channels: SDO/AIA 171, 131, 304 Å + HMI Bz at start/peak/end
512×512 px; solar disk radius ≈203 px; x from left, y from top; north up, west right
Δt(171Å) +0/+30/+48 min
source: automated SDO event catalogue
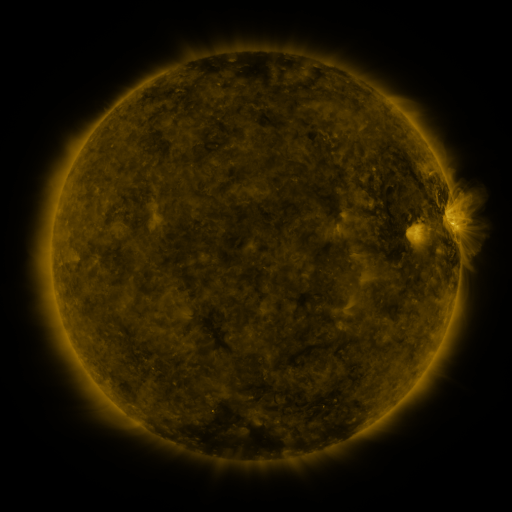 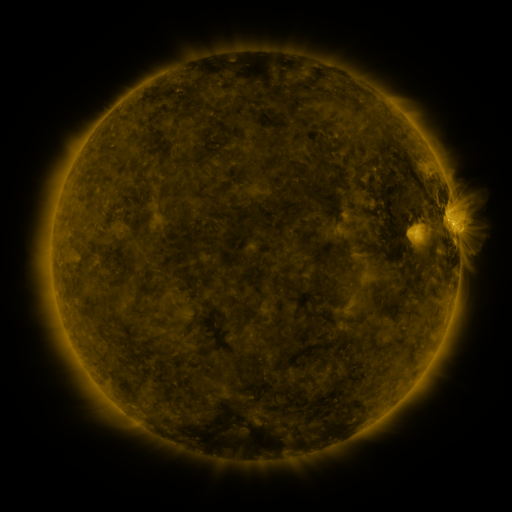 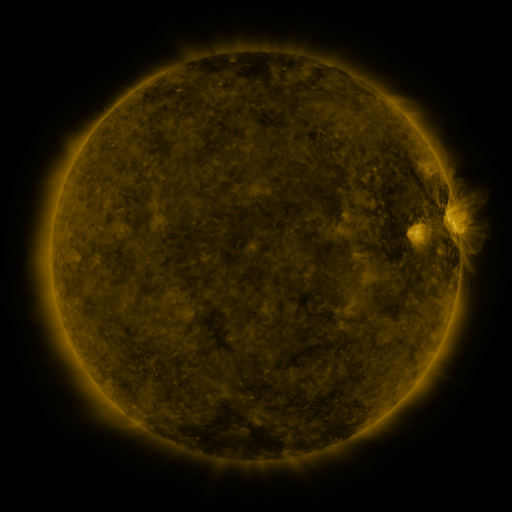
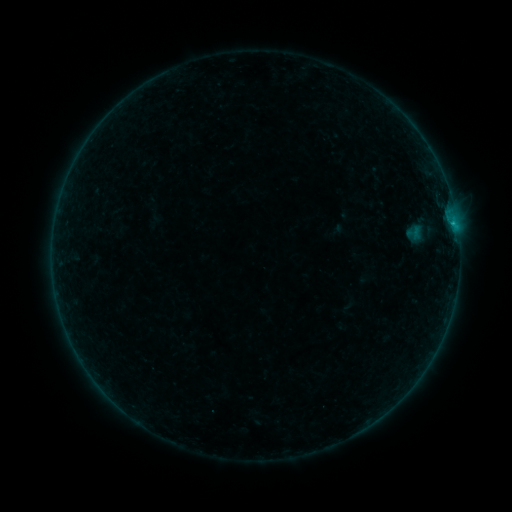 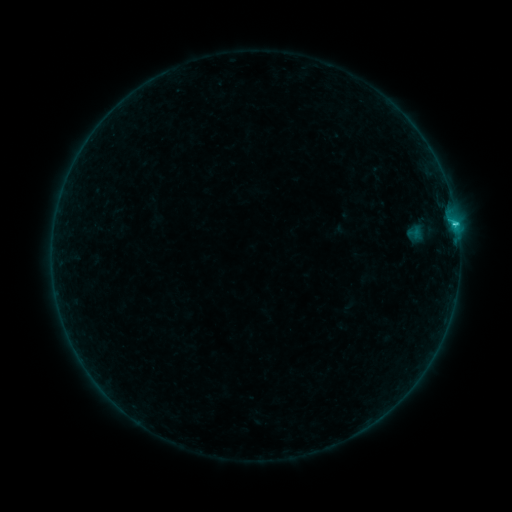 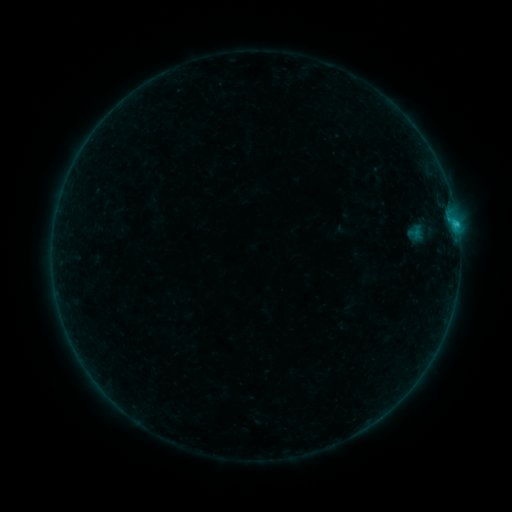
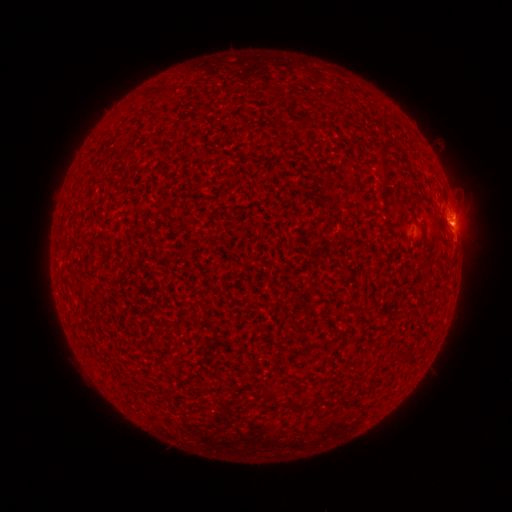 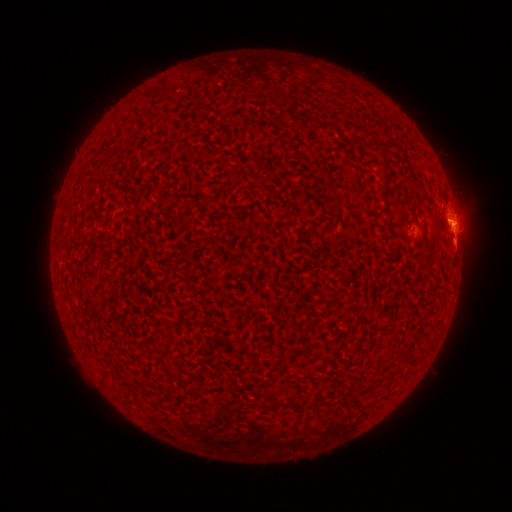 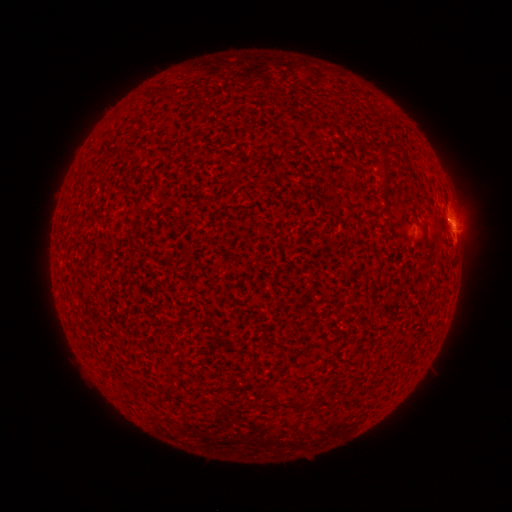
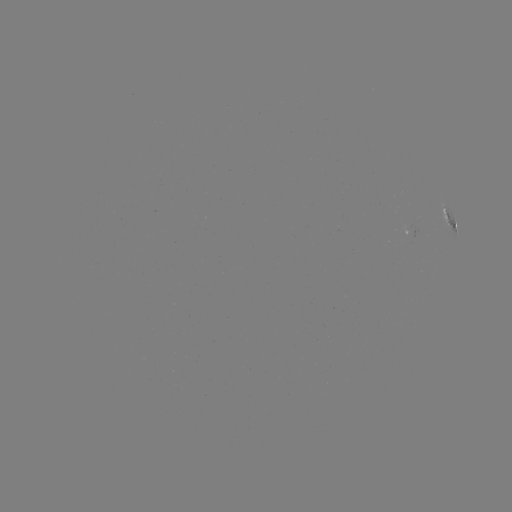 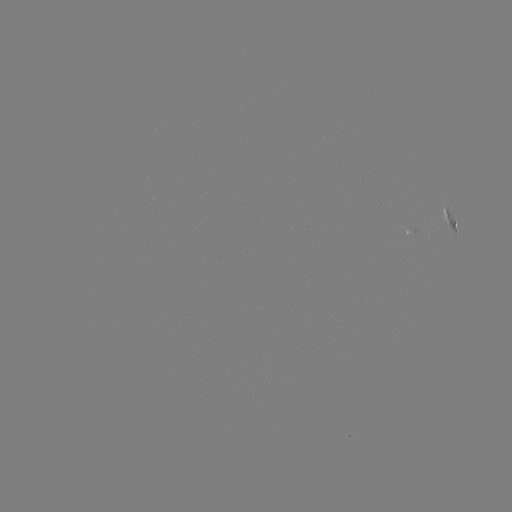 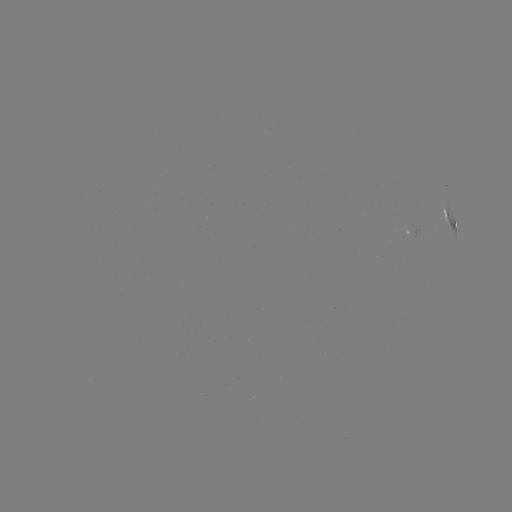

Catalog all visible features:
B9.9 flare: (454, 224)
